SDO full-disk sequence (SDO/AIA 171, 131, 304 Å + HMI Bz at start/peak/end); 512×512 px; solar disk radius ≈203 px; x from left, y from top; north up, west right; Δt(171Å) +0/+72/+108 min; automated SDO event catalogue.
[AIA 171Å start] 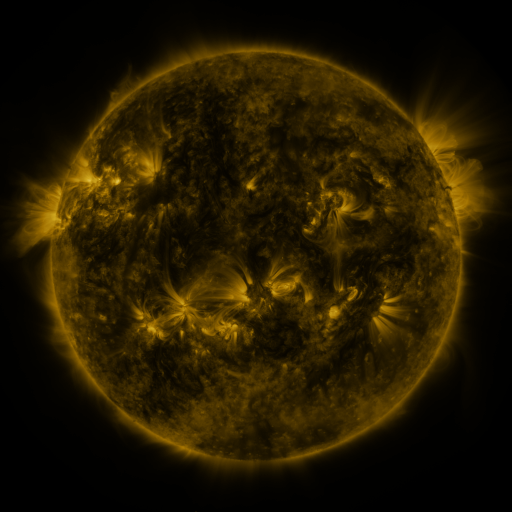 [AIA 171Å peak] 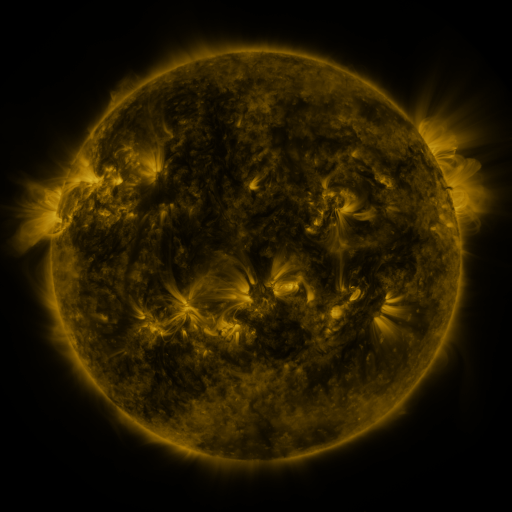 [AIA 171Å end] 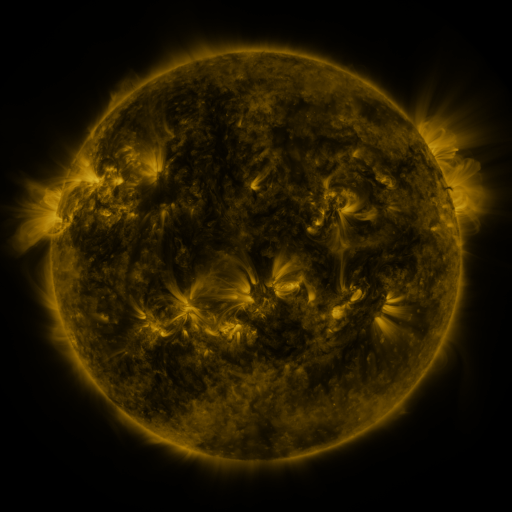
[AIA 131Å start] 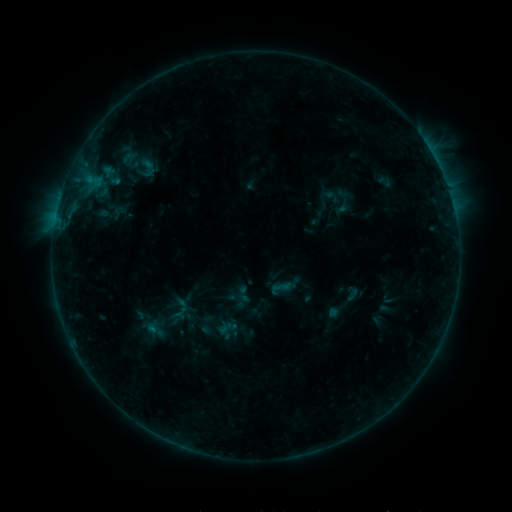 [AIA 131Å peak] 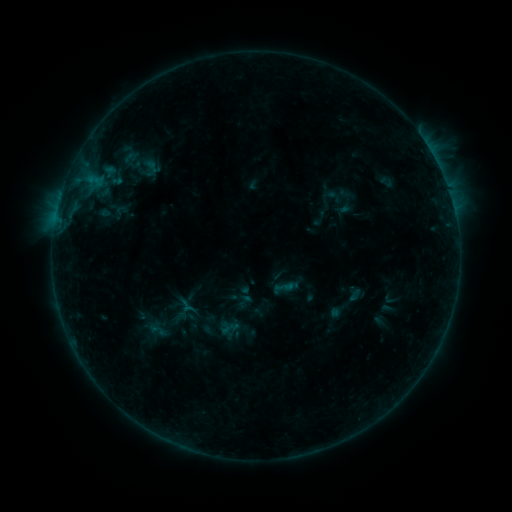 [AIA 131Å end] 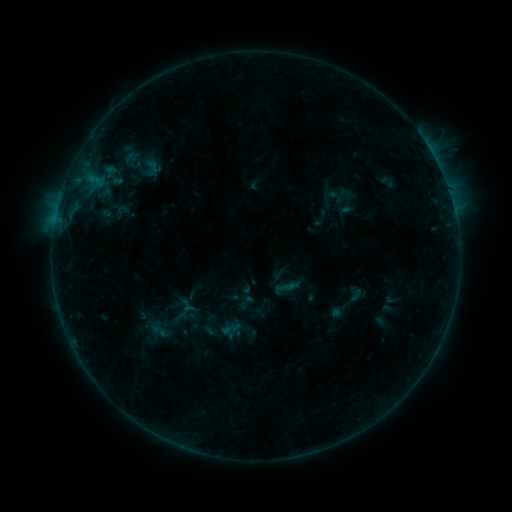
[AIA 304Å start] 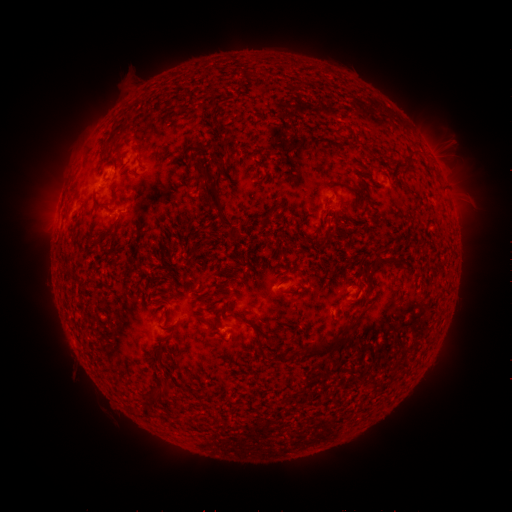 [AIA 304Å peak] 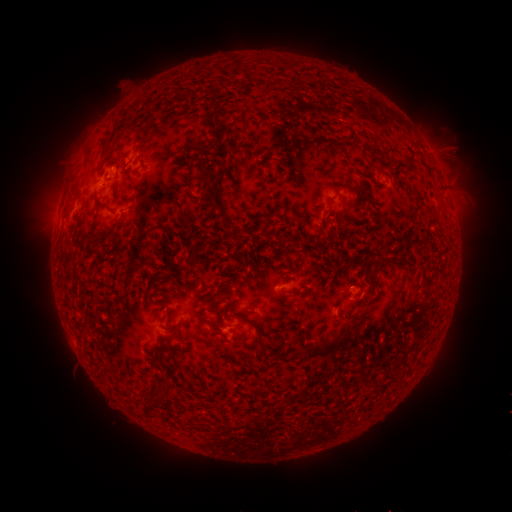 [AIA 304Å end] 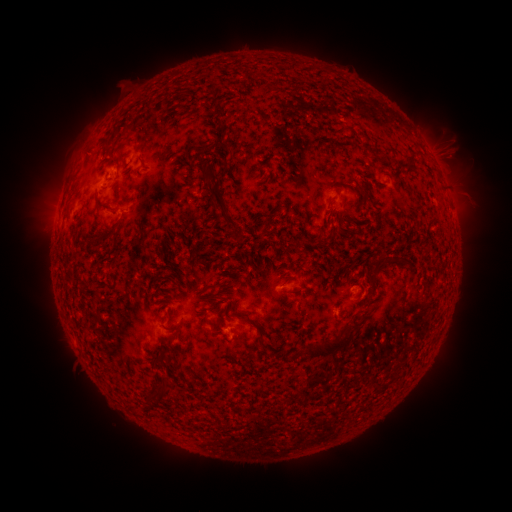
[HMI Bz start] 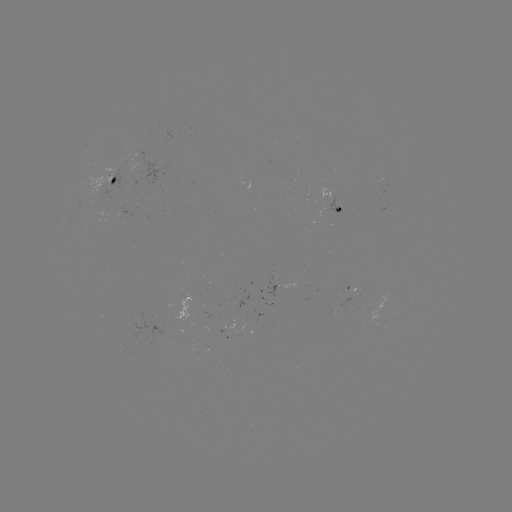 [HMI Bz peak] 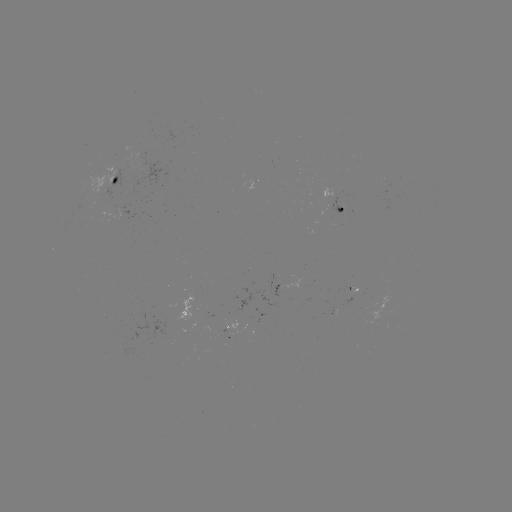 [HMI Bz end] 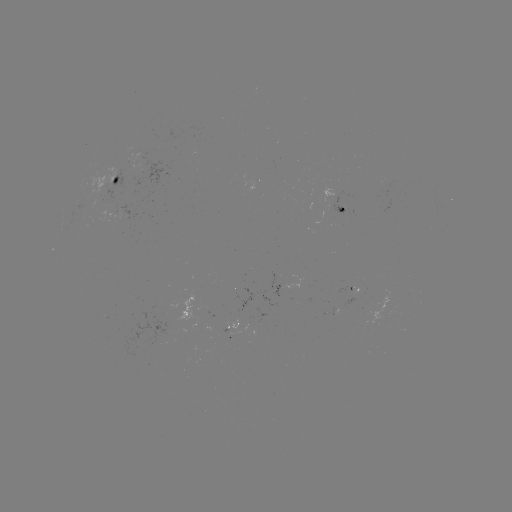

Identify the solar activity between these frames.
emerging-flux region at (139, 170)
